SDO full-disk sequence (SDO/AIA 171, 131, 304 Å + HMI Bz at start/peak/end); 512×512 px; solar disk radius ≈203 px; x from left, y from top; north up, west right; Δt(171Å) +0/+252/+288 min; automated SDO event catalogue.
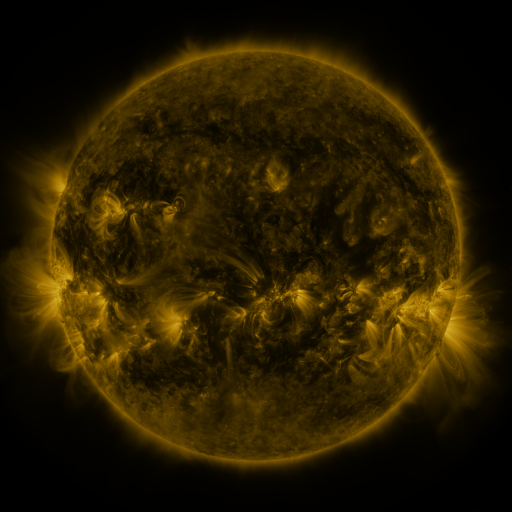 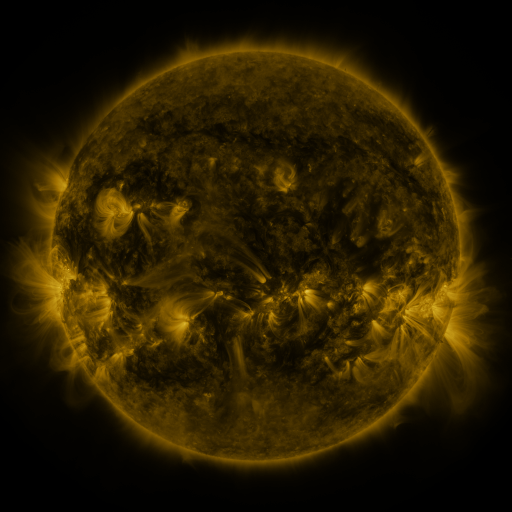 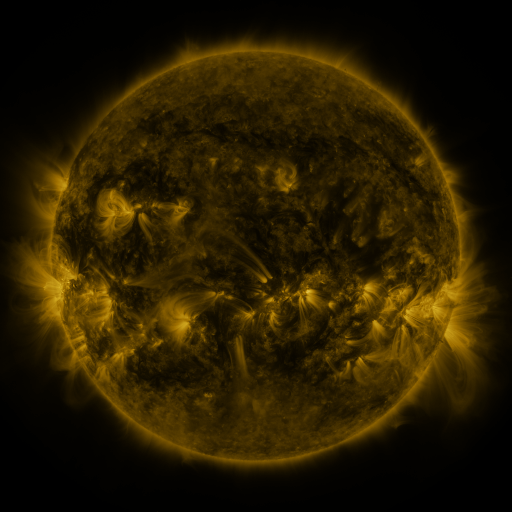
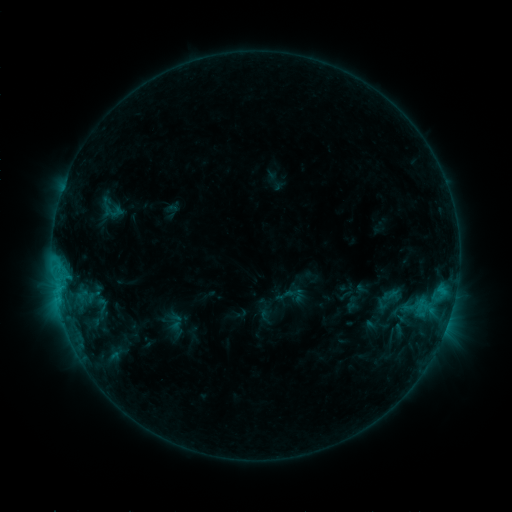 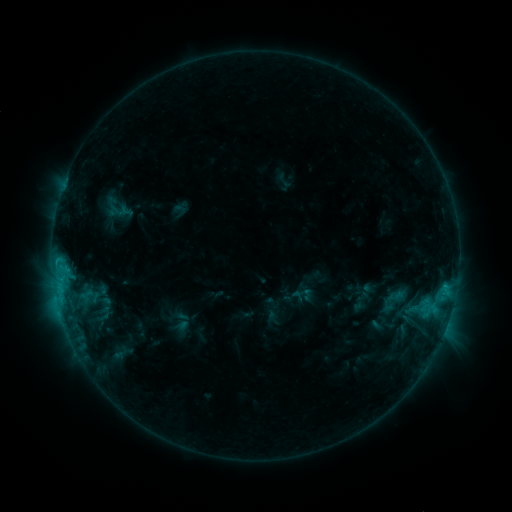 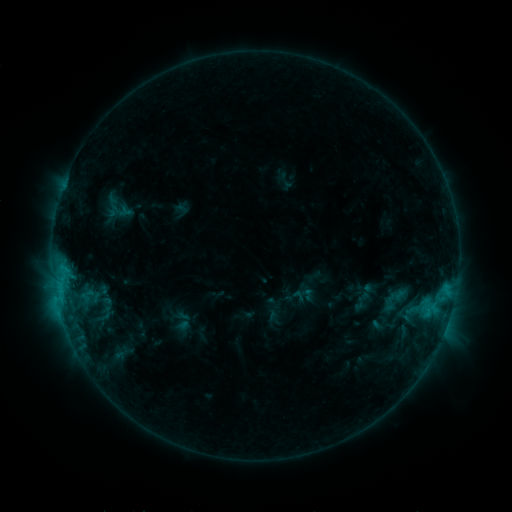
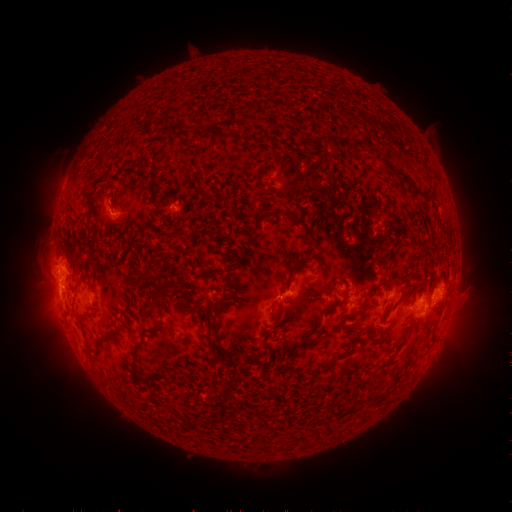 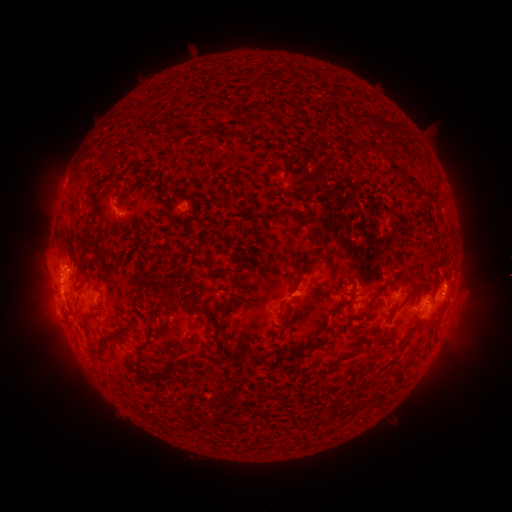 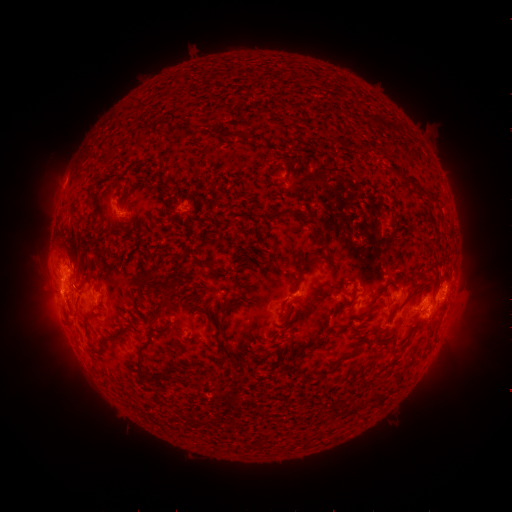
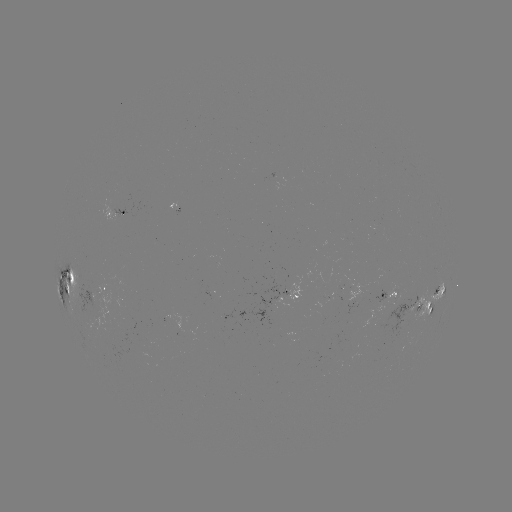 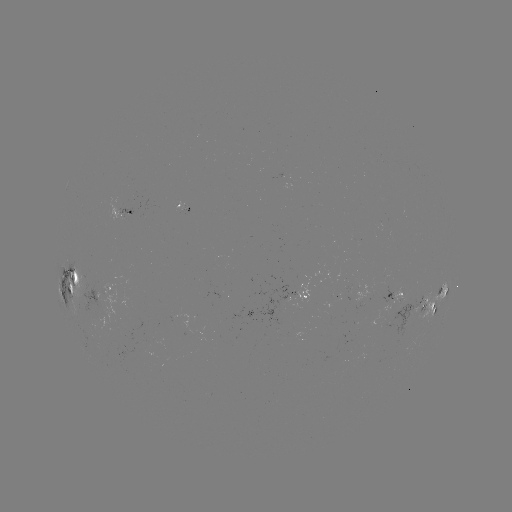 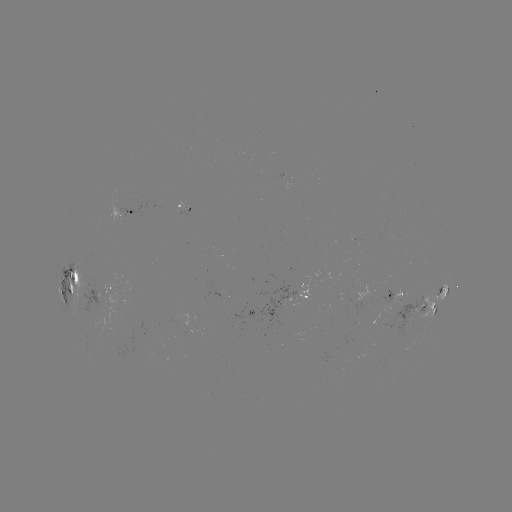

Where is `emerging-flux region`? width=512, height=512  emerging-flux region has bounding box [77, 281, 104, 311].